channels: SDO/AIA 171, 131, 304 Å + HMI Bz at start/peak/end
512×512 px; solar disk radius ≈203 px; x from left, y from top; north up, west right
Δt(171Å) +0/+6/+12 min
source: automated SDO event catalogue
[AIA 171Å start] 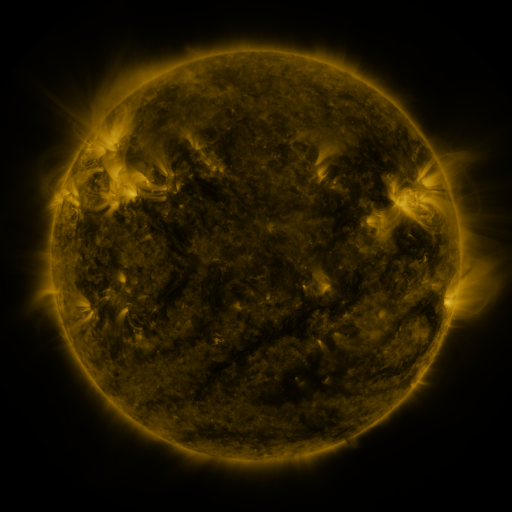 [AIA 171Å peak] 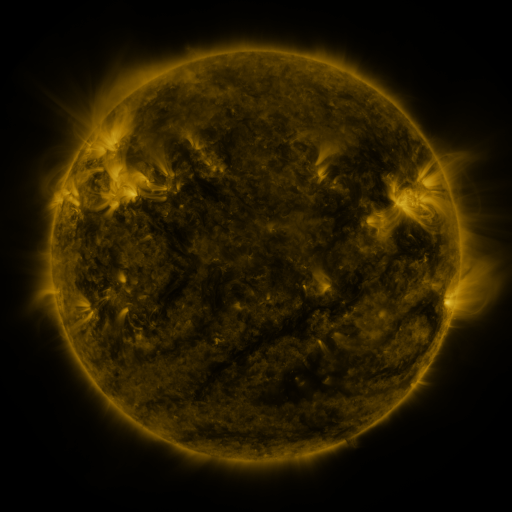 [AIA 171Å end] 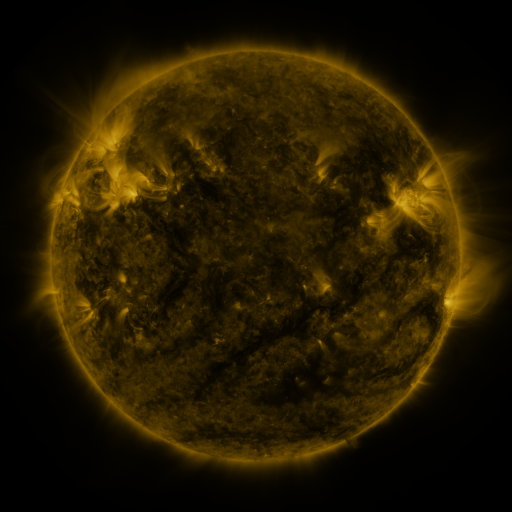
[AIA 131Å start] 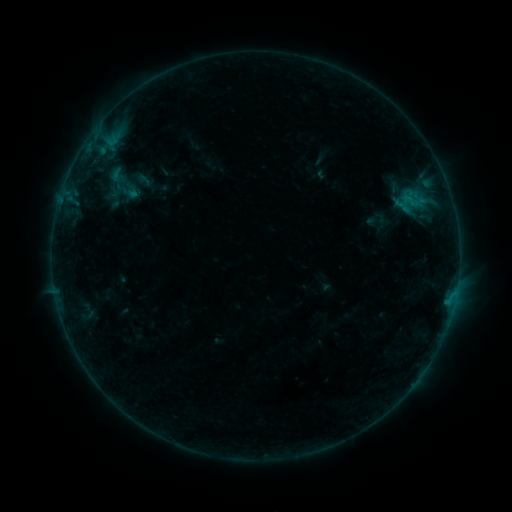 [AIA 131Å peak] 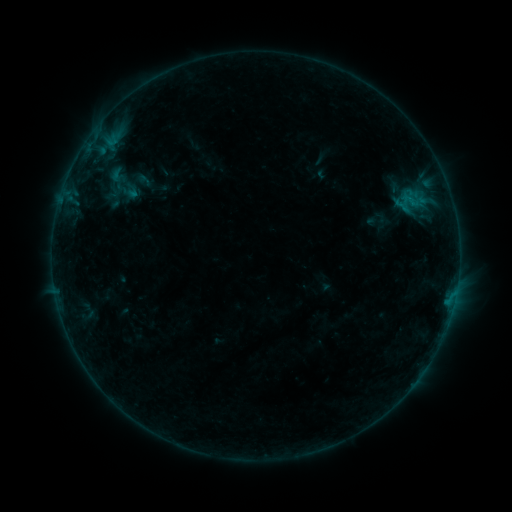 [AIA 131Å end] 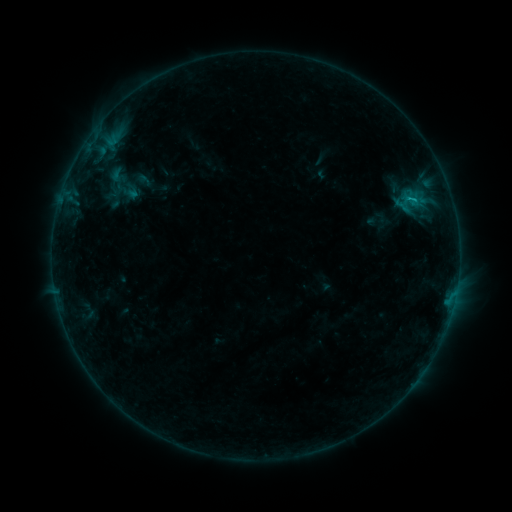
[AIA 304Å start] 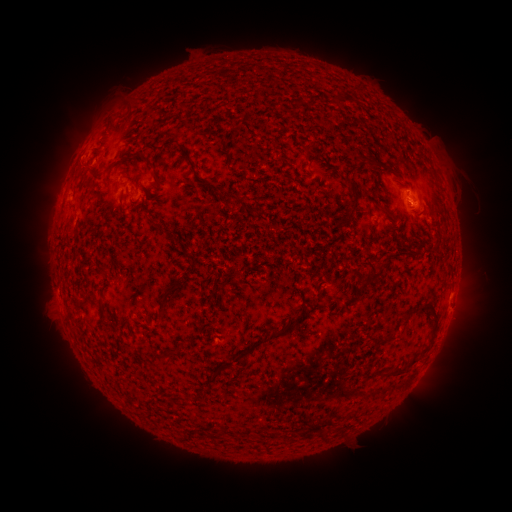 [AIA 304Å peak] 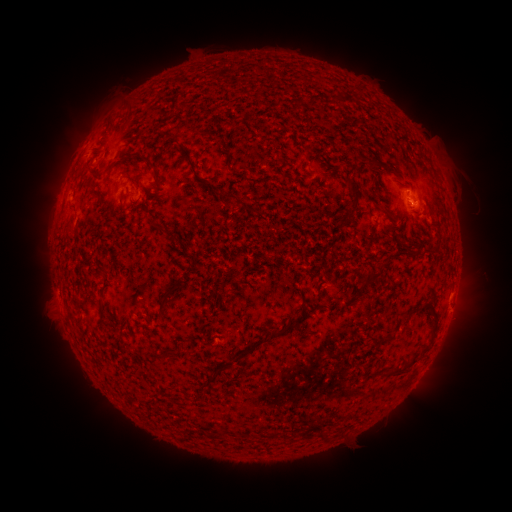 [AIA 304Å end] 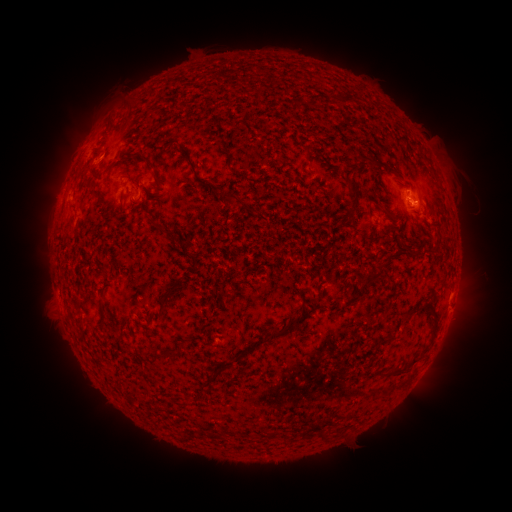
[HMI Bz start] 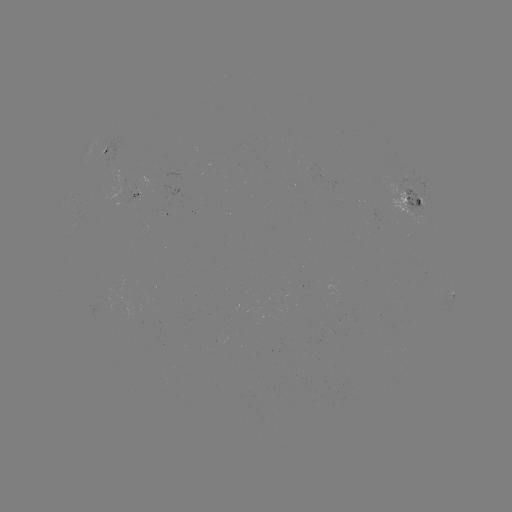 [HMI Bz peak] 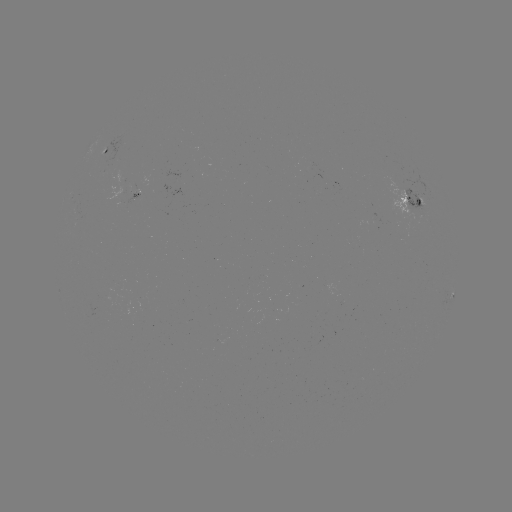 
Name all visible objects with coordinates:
B6.6 flare: (408, 201)
